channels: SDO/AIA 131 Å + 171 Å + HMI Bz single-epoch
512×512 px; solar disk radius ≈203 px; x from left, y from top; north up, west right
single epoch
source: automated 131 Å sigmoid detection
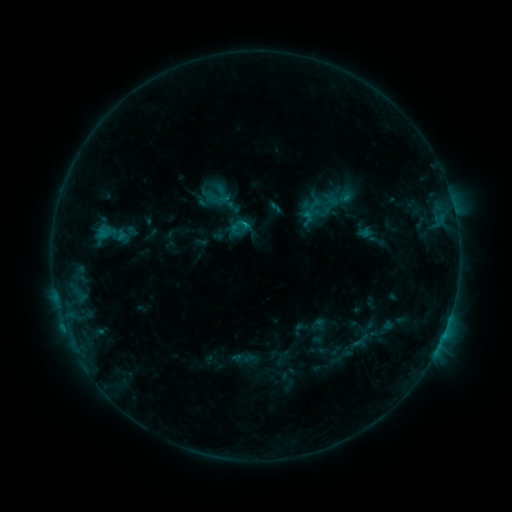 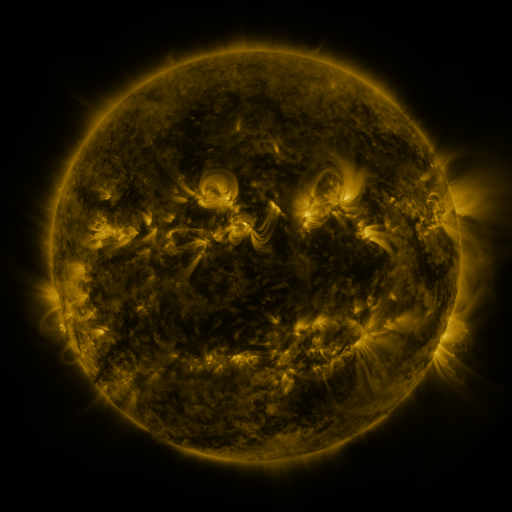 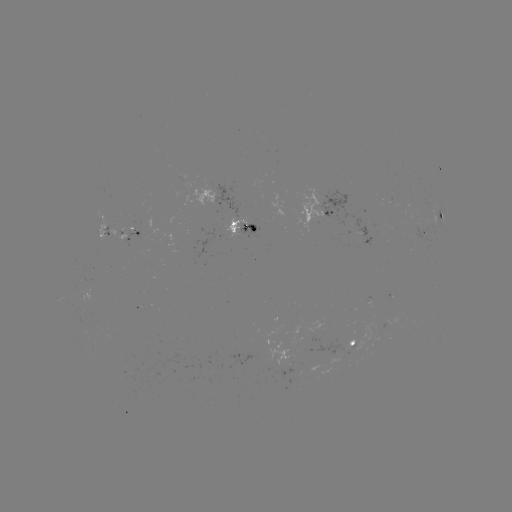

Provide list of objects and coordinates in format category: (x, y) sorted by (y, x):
sigmoid: (109, 235)
